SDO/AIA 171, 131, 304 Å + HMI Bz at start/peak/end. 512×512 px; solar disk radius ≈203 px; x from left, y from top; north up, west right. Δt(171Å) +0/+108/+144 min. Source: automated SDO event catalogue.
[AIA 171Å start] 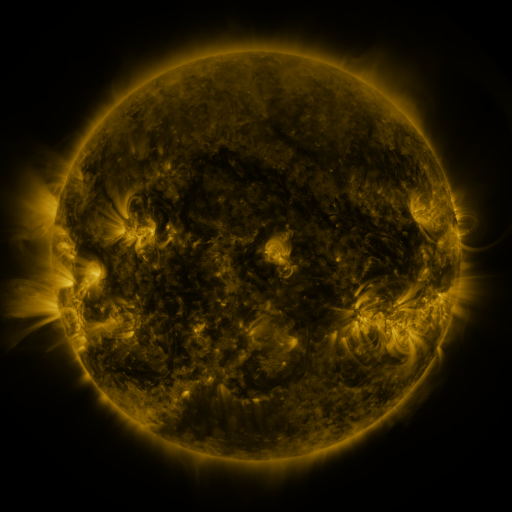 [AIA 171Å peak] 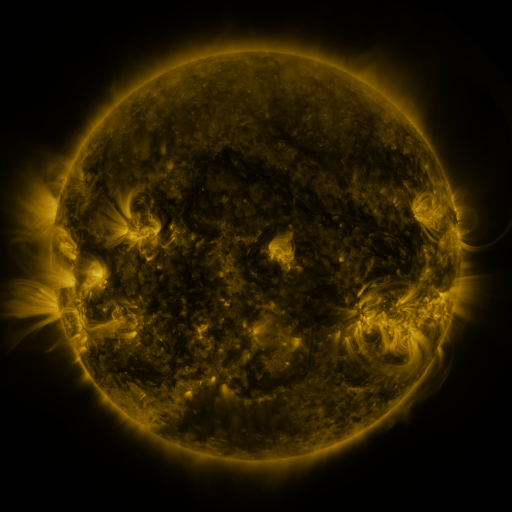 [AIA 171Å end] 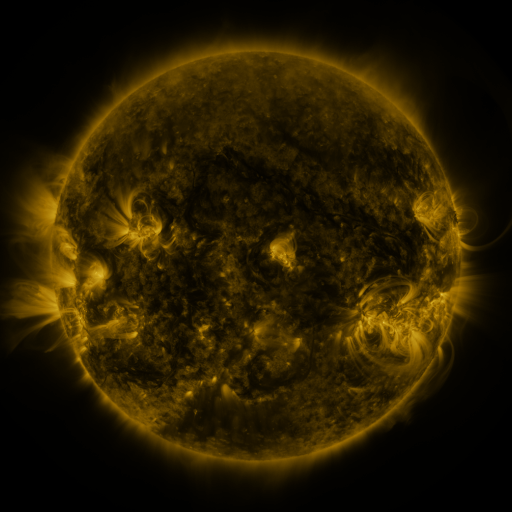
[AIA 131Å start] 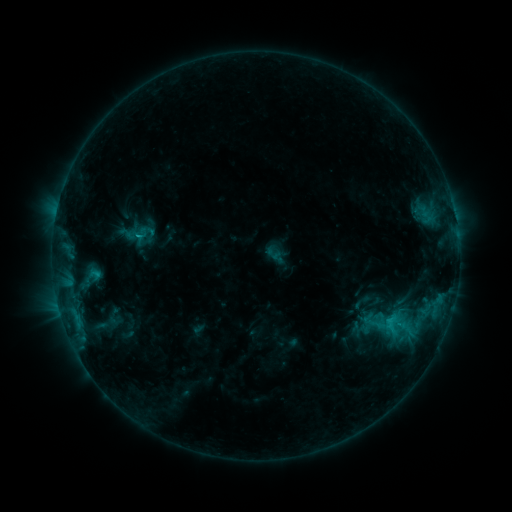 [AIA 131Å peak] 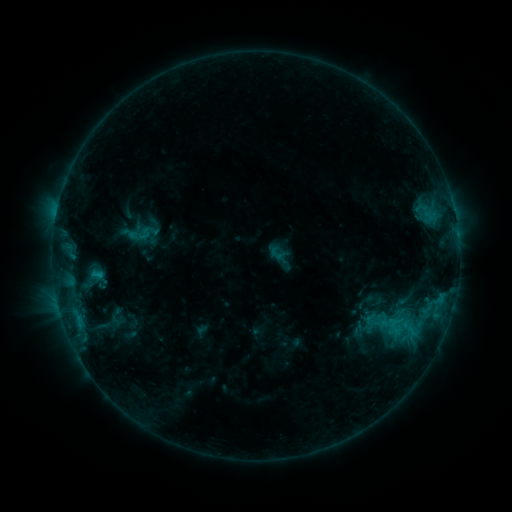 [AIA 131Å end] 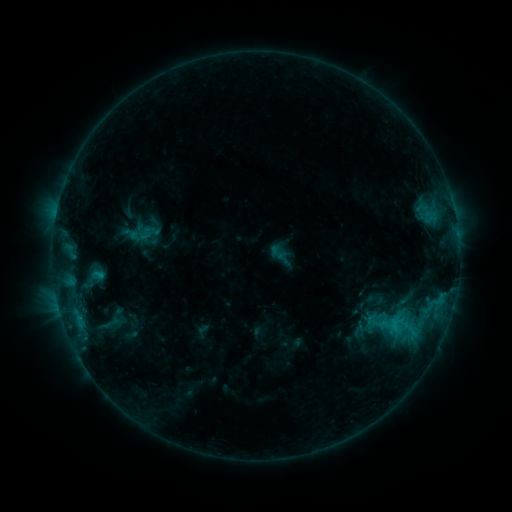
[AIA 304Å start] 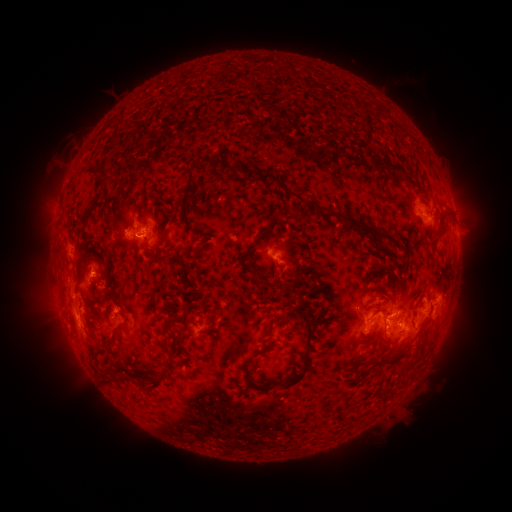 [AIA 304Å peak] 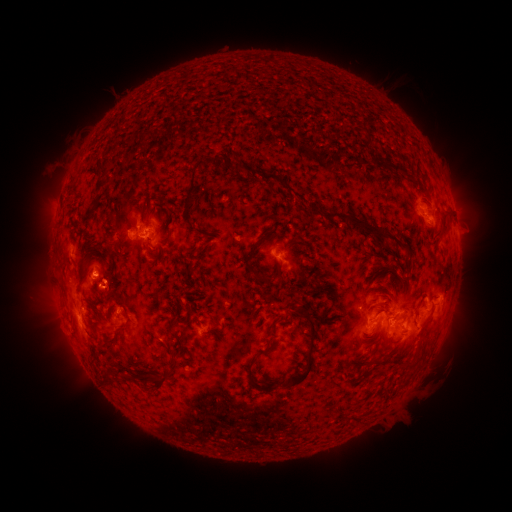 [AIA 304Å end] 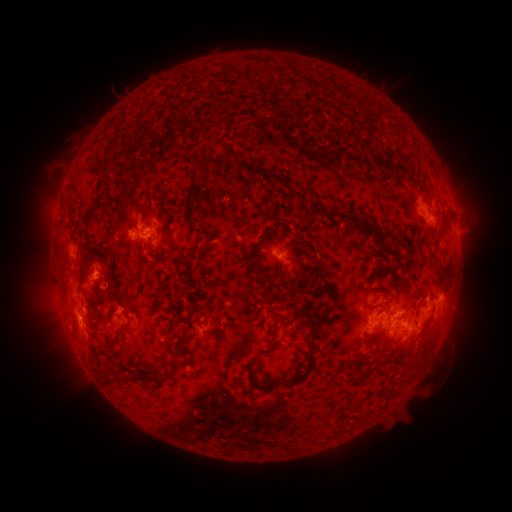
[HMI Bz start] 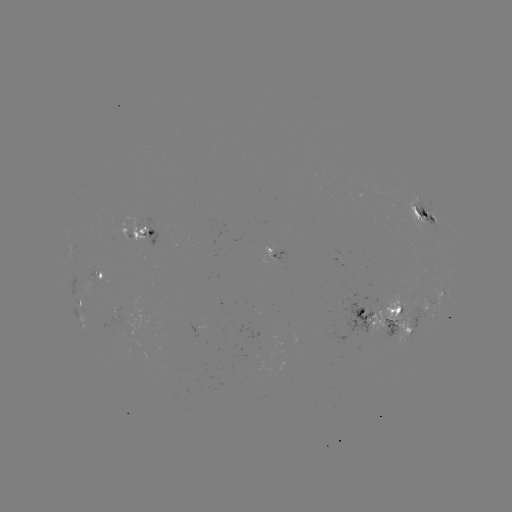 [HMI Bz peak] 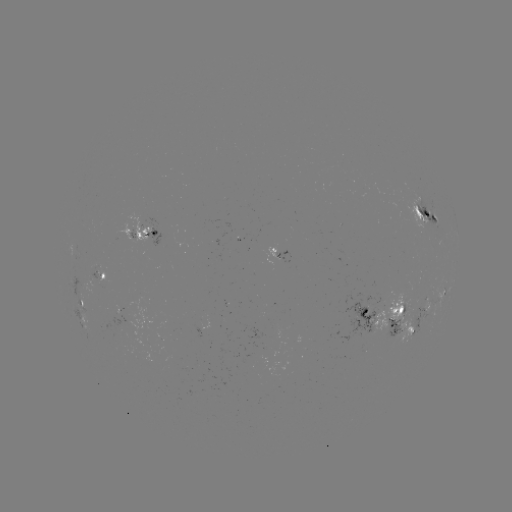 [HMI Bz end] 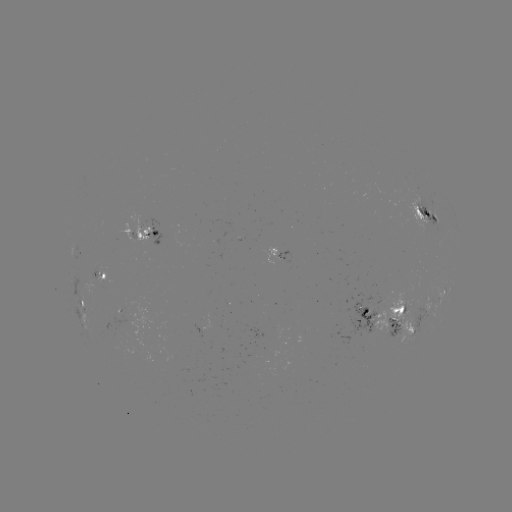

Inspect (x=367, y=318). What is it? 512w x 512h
emerging-flux region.